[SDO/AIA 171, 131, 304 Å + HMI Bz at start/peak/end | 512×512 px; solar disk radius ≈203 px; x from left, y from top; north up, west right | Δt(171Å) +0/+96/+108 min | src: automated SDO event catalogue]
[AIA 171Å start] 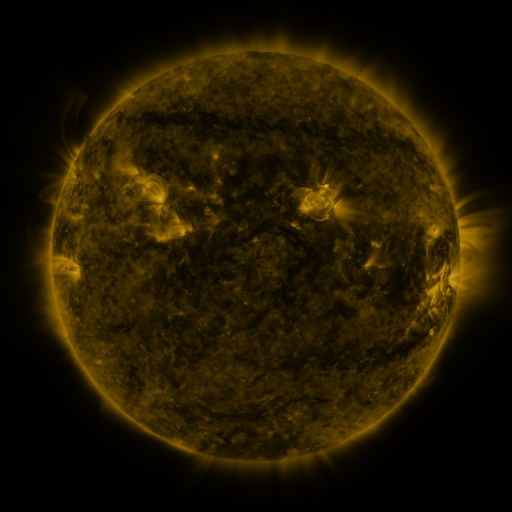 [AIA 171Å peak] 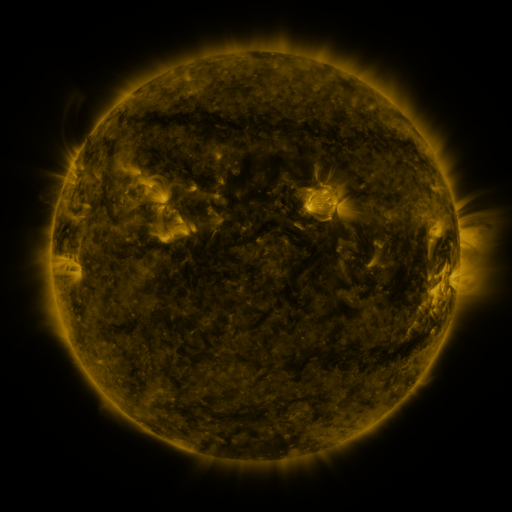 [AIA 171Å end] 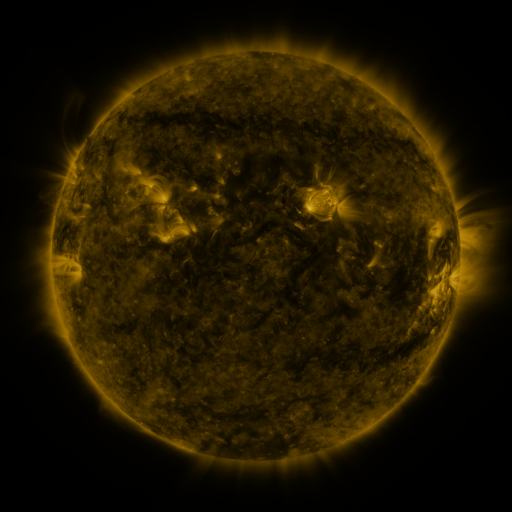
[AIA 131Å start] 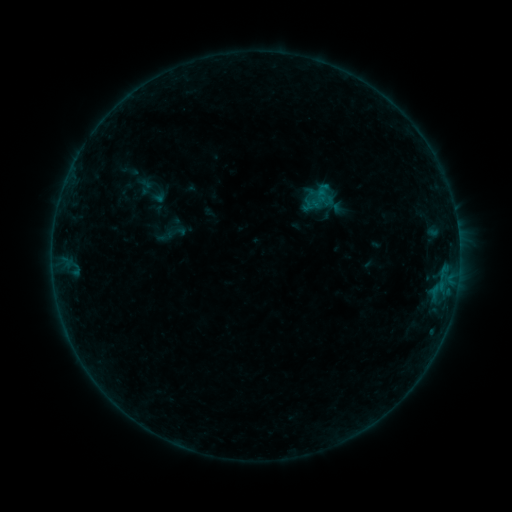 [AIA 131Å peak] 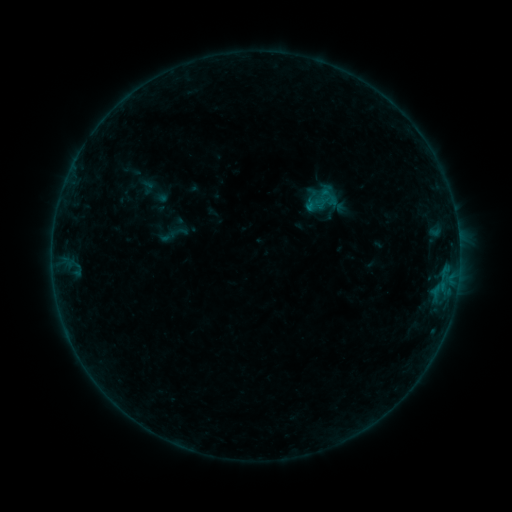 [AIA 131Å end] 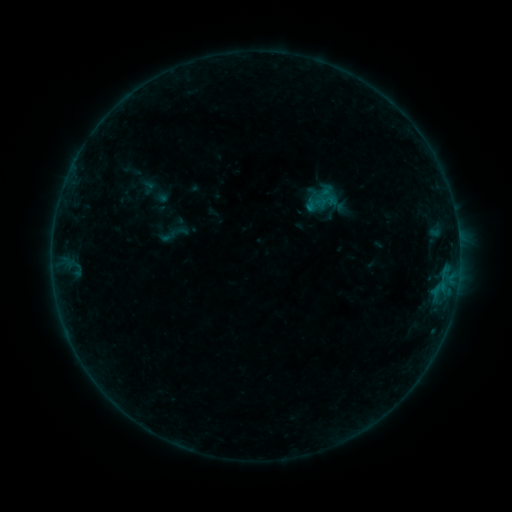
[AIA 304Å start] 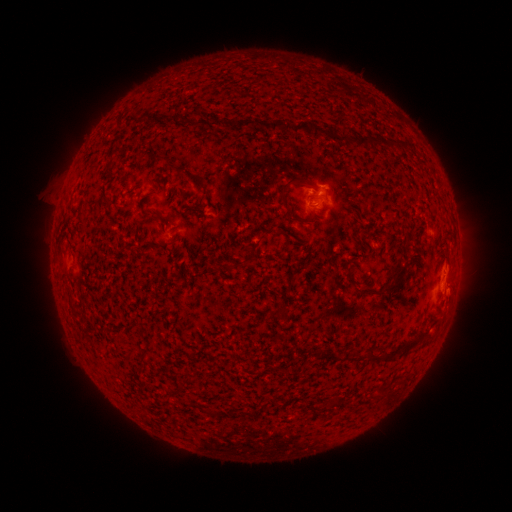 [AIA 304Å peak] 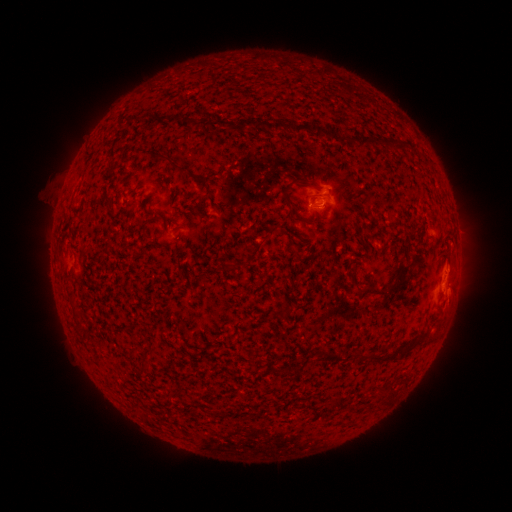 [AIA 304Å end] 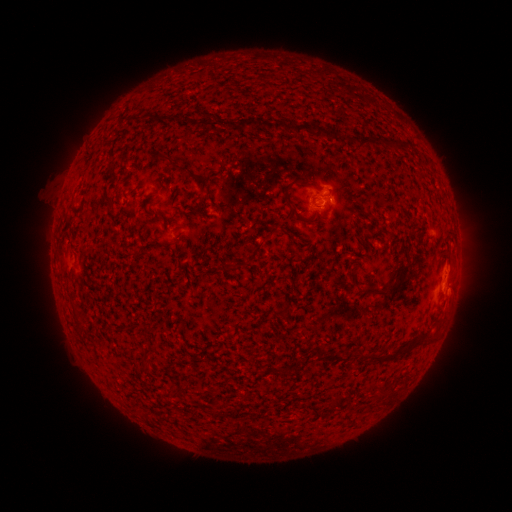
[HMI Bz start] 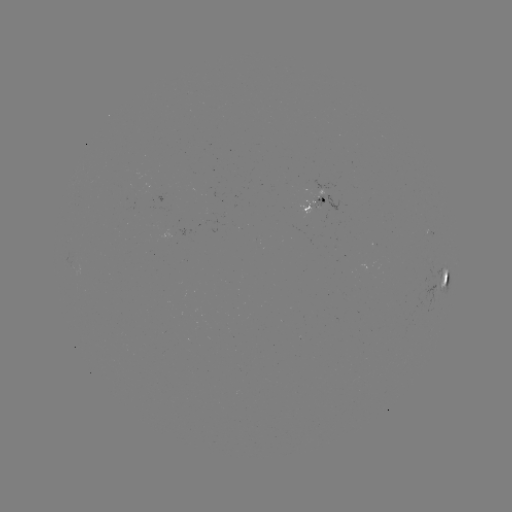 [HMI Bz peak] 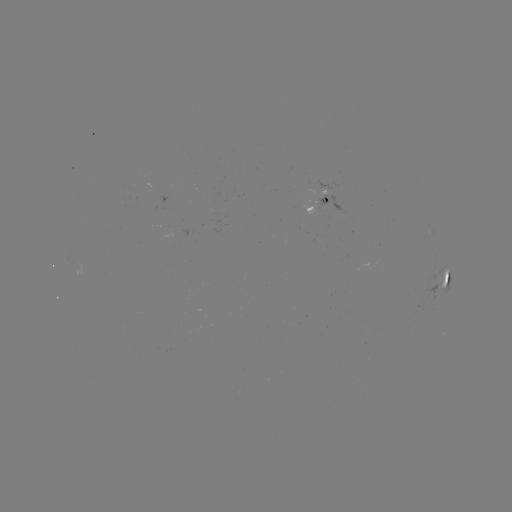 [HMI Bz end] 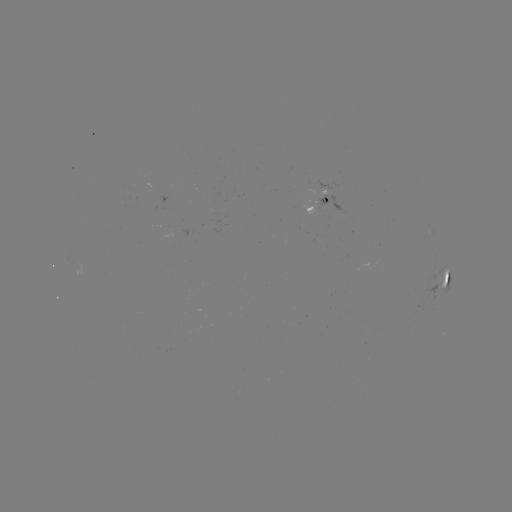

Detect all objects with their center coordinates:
emerging-flux region: (317, 205)
